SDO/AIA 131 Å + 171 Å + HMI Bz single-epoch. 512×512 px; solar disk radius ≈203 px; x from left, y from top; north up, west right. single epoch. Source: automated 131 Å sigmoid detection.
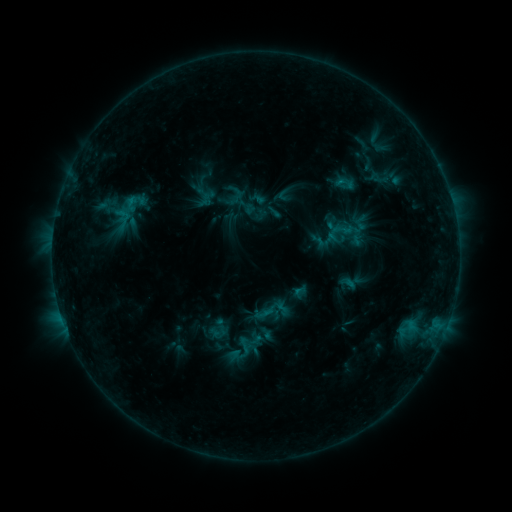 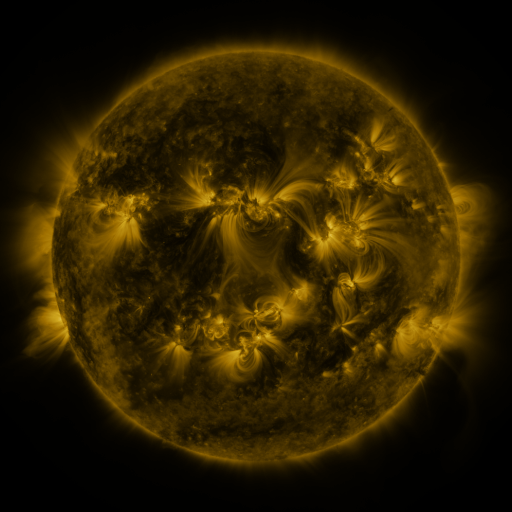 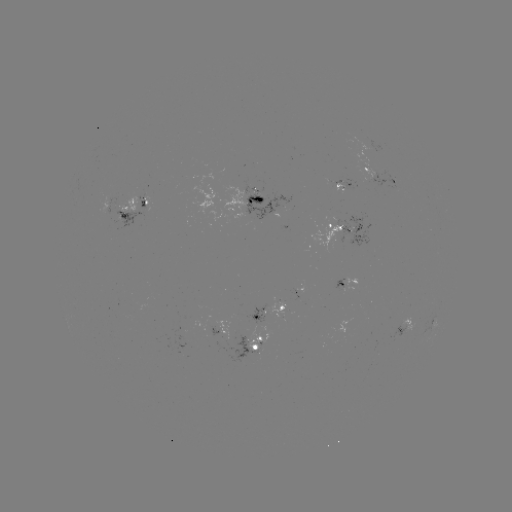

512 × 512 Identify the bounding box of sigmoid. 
[100, 181, 149, 230].